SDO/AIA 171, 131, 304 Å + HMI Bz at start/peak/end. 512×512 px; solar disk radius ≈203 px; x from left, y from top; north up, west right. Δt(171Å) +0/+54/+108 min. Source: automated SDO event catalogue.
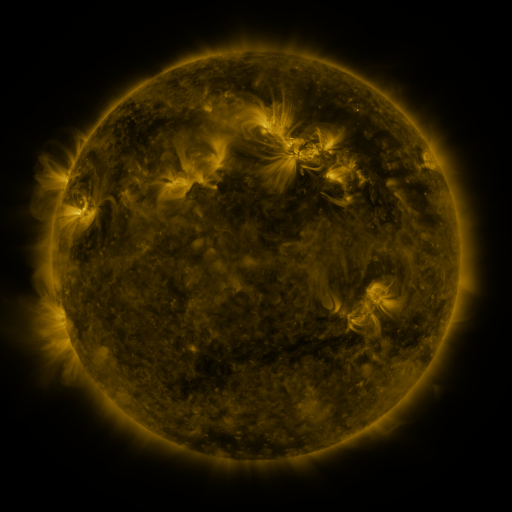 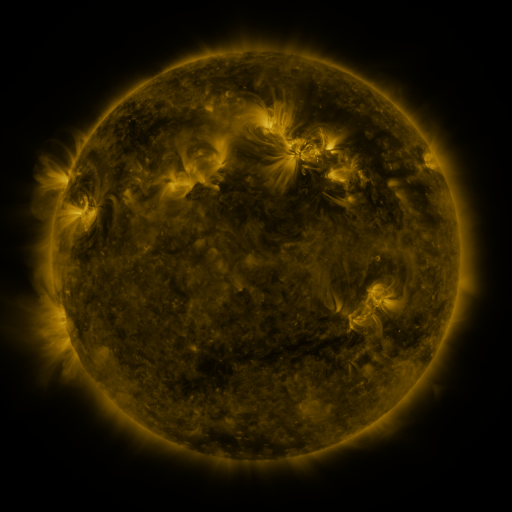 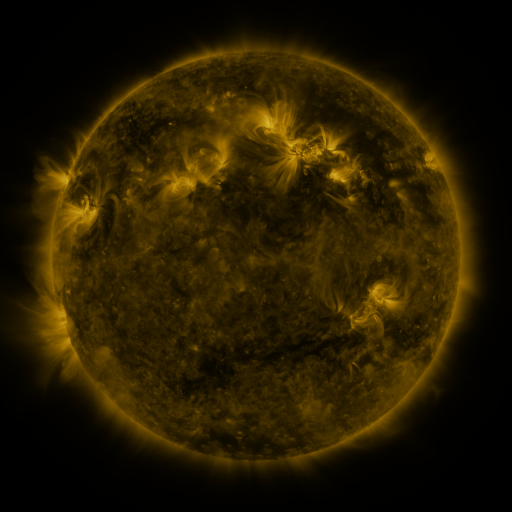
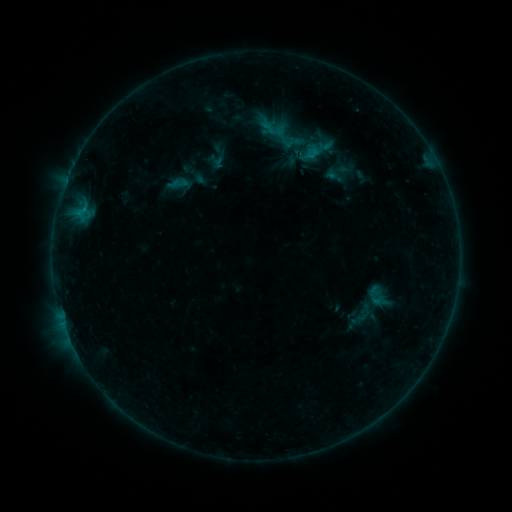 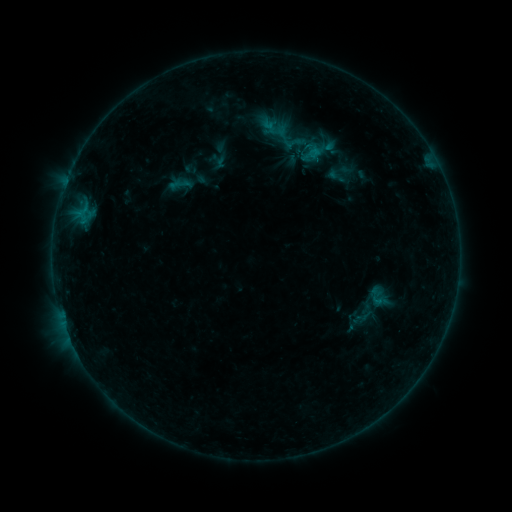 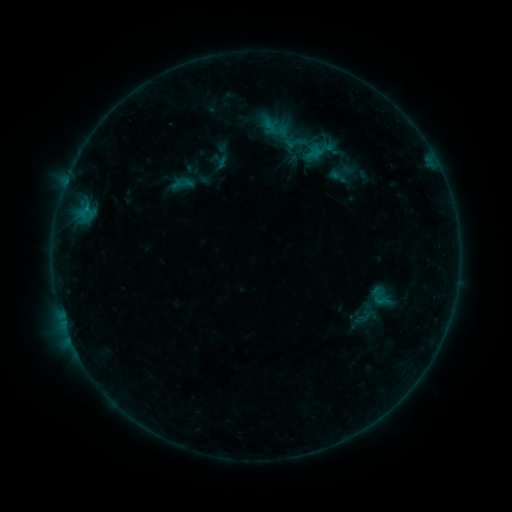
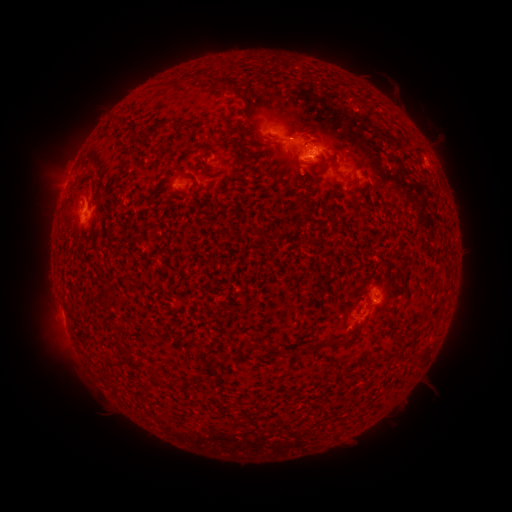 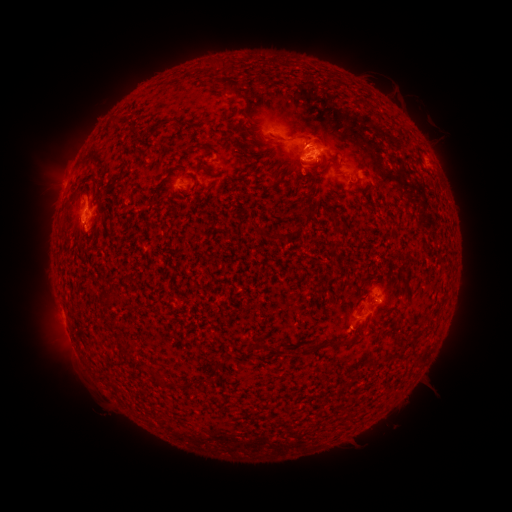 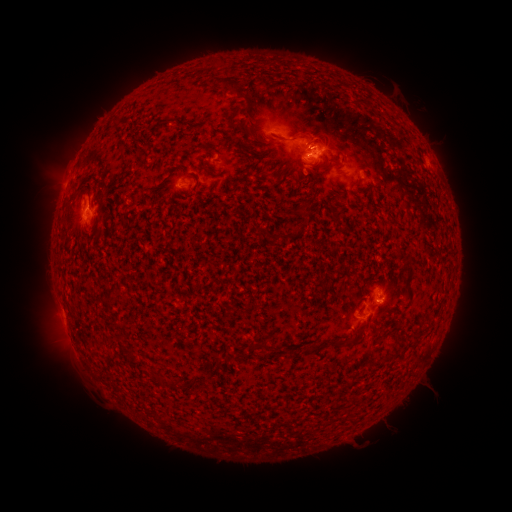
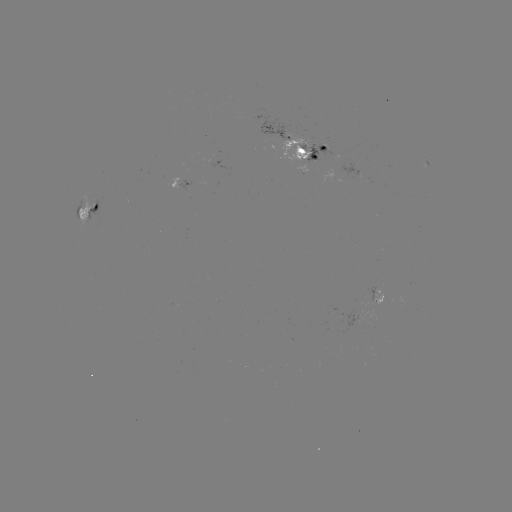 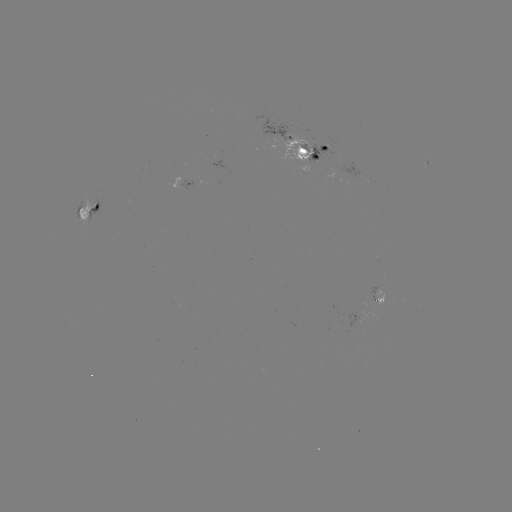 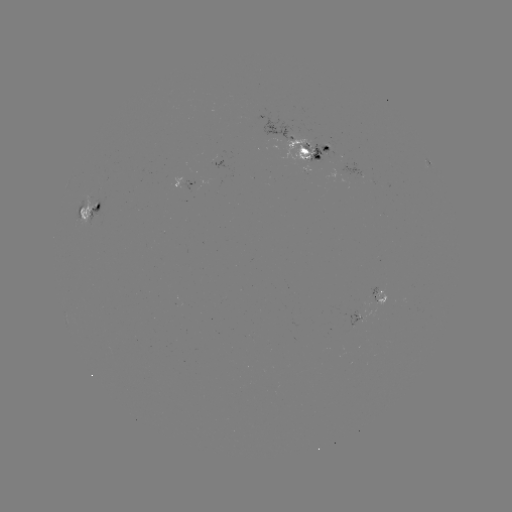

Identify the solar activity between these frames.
emerging-flux region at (303, 153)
